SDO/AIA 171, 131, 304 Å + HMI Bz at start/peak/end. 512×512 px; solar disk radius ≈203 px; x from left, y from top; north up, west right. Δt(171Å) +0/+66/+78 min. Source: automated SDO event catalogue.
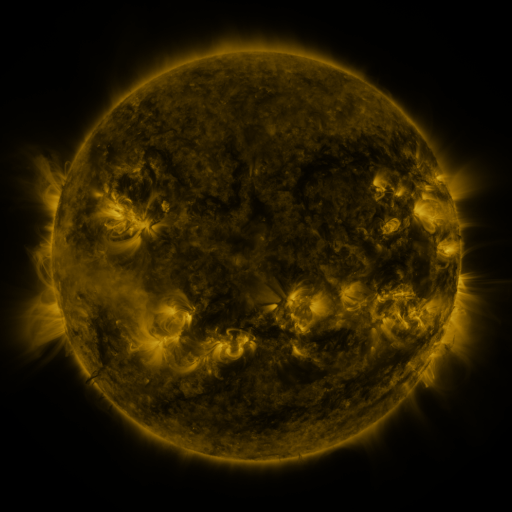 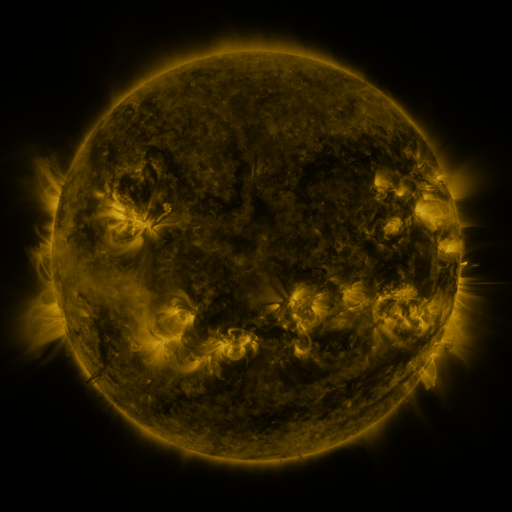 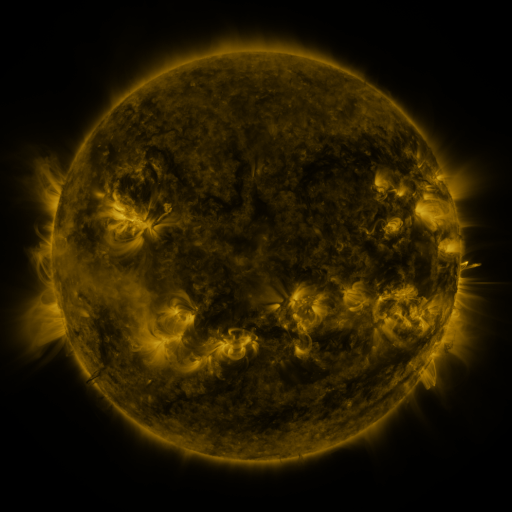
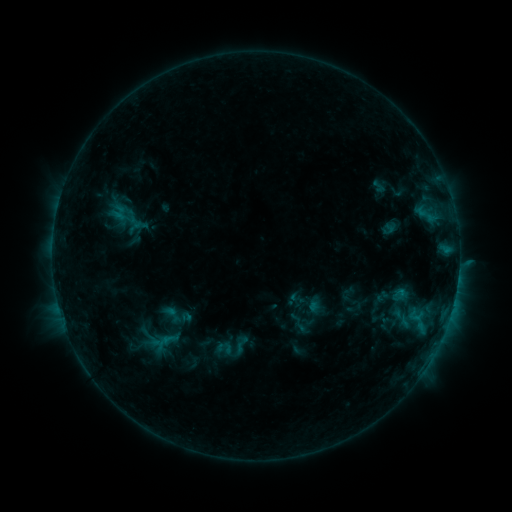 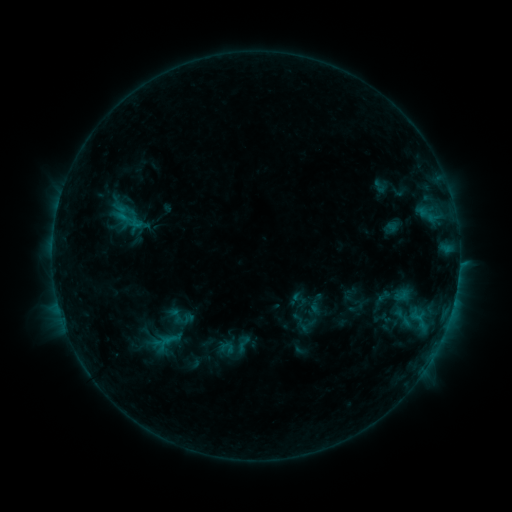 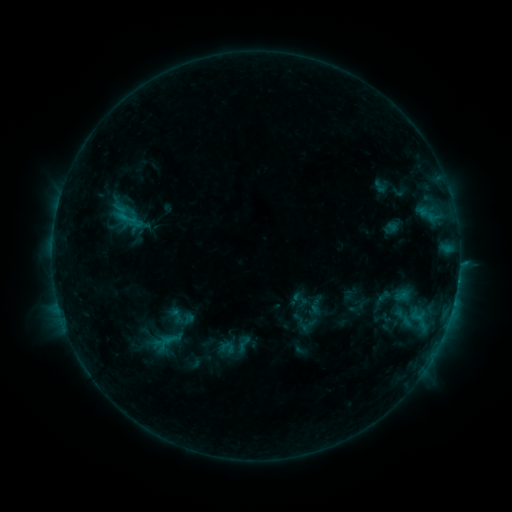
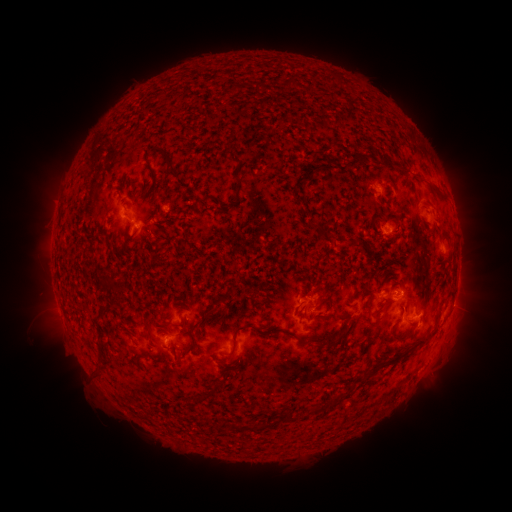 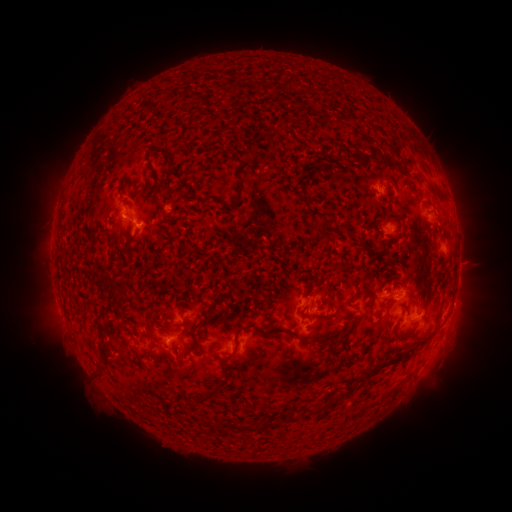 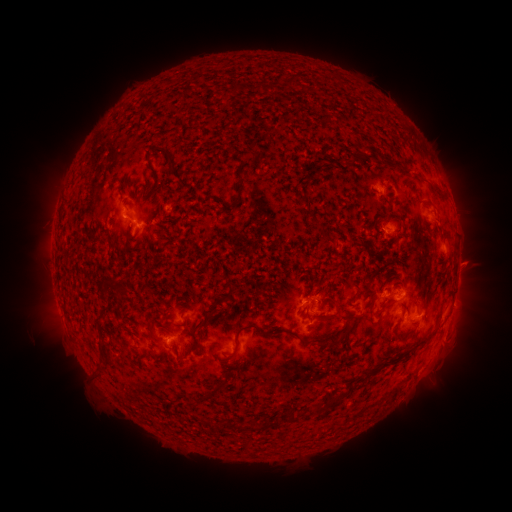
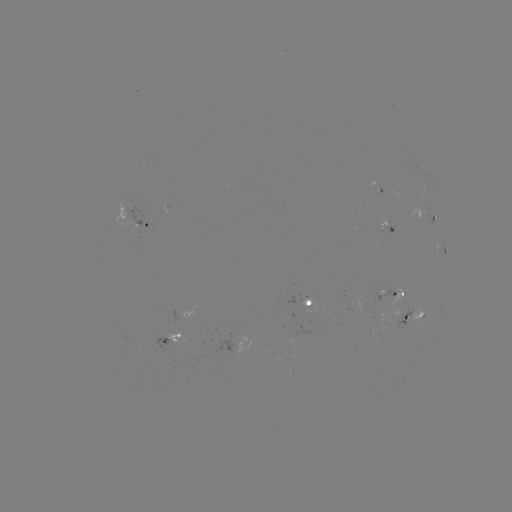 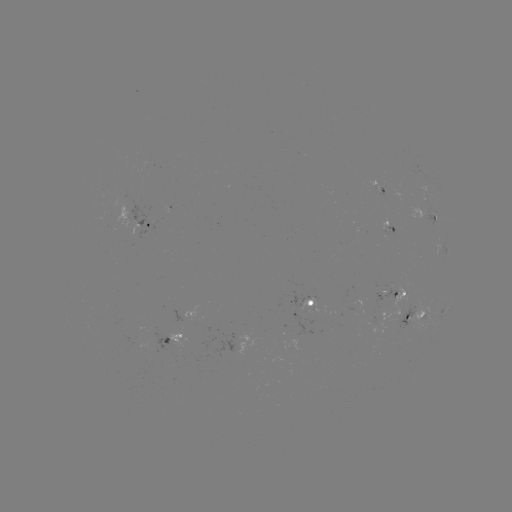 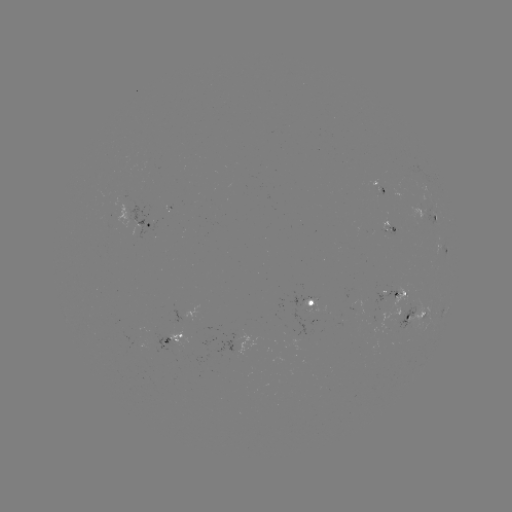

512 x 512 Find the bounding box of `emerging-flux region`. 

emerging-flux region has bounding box [132, 338, 152, 352].